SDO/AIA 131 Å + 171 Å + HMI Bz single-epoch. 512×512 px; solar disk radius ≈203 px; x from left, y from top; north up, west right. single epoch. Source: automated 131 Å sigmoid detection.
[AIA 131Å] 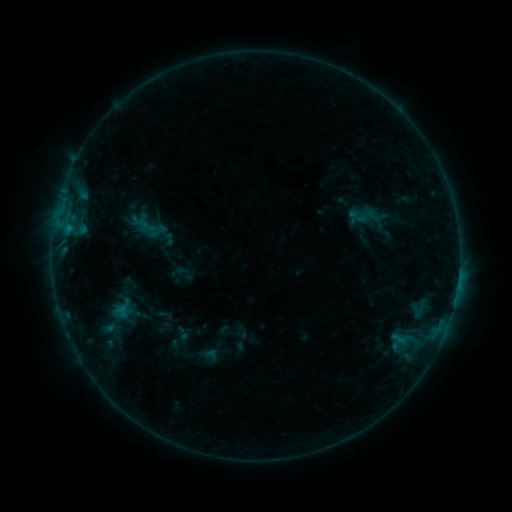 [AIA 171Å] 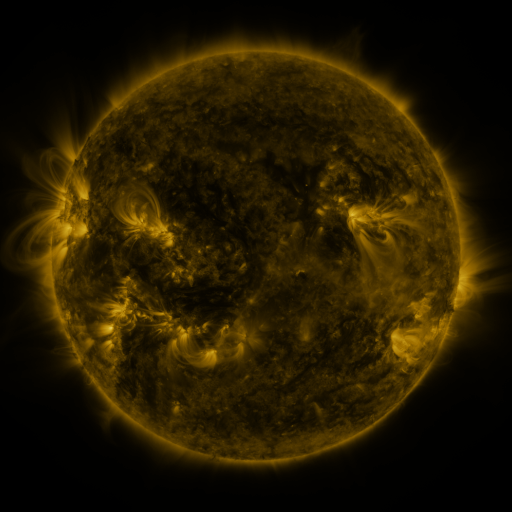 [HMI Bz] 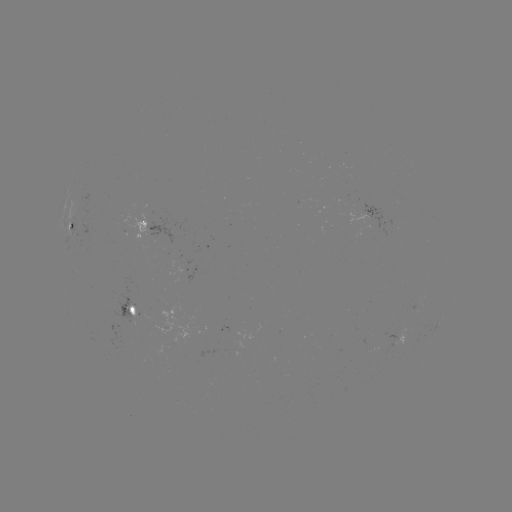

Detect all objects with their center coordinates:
sigmoid: [347, 210, 369, 227]
